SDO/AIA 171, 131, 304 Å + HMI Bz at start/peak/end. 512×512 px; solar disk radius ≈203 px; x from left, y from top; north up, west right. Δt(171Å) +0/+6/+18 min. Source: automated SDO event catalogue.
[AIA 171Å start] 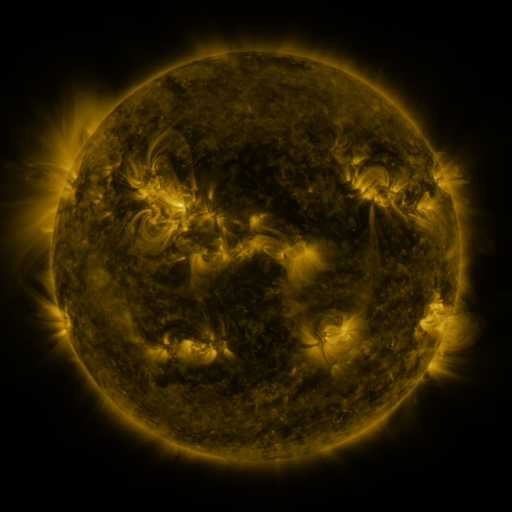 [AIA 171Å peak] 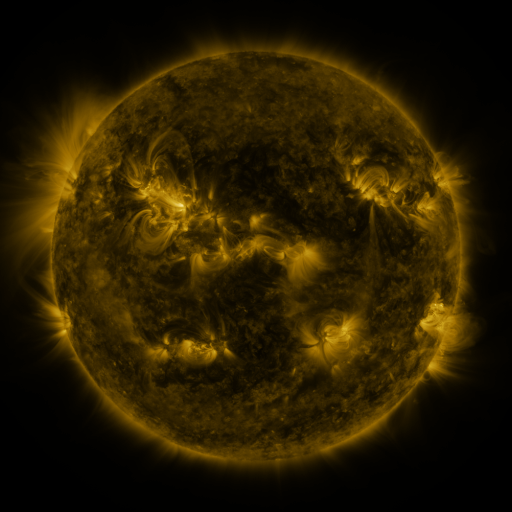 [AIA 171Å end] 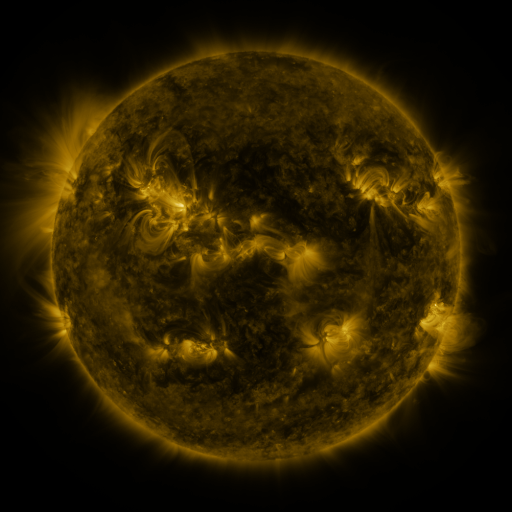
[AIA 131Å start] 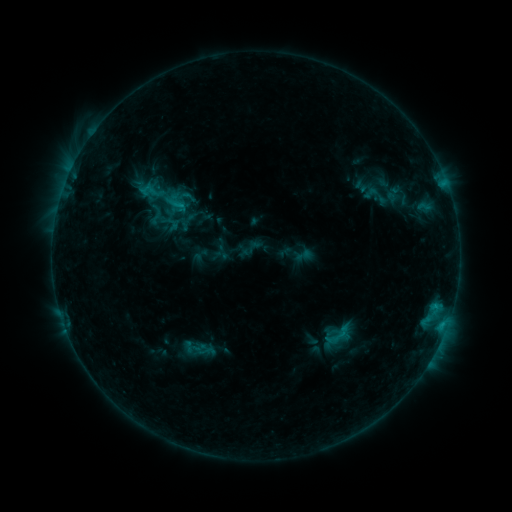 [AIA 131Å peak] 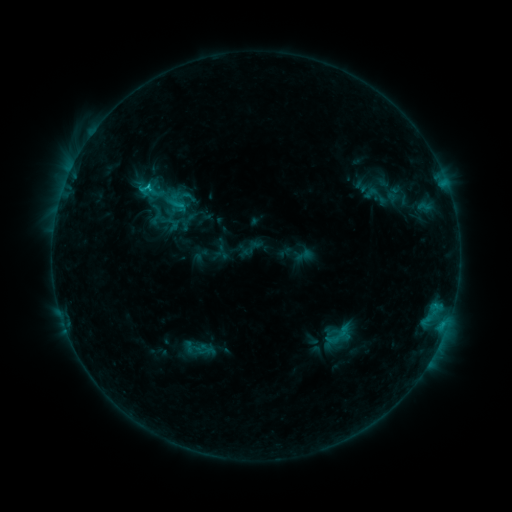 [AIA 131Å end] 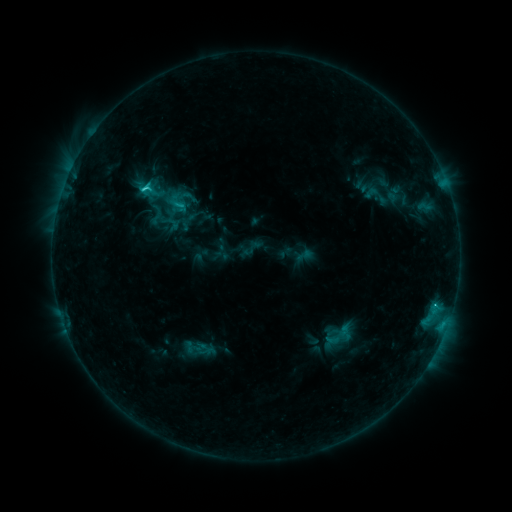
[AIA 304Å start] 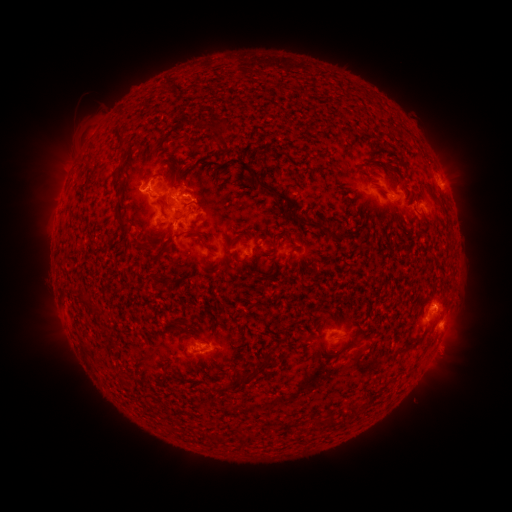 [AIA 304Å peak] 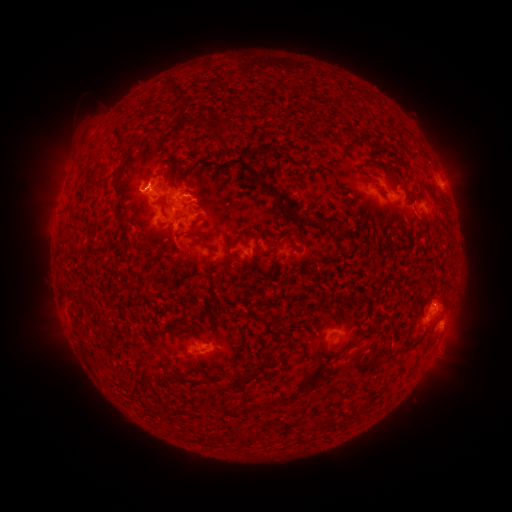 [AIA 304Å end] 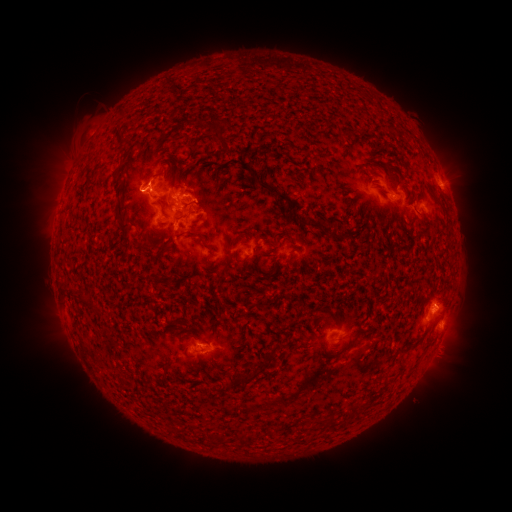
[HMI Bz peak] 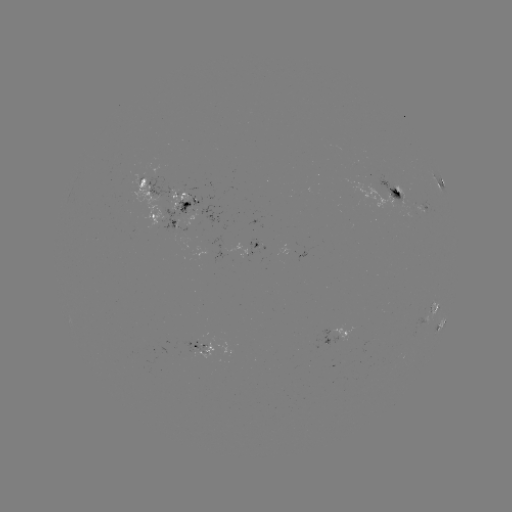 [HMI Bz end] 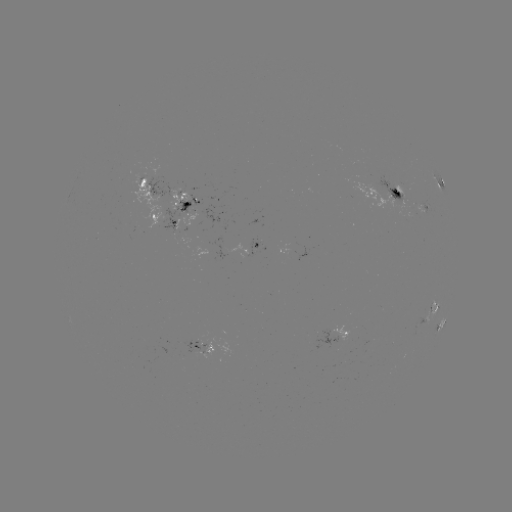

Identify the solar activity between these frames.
C2.2 flare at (150, 189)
